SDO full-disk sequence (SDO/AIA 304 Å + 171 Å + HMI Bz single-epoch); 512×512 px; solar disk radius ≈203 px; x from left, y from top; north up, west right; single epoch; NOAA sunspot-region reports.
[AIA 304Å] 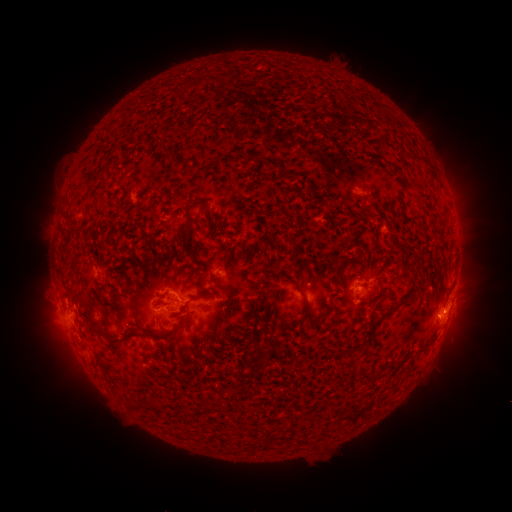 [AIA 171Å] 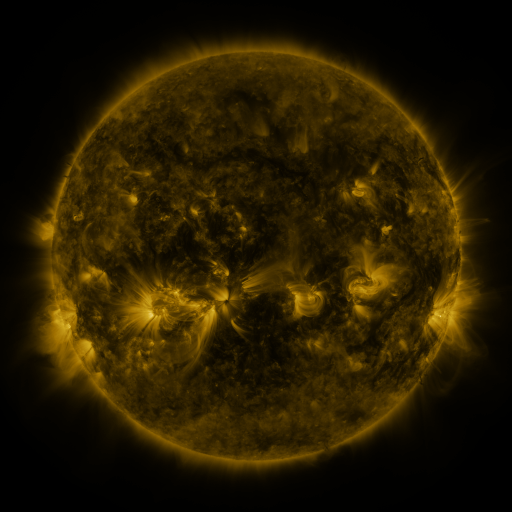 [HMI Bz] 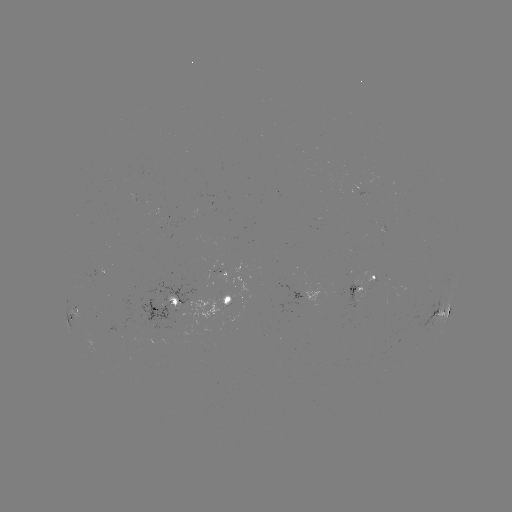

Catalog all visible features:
spotted active region: (102, 269)
spotted active region: (362, 285)
spotted active region: (311, 291)
spotted active region: (228, 298)
spotted active region: (166, 305)
spotted active region: (443, 310)
spotted active region: (71, 313)
